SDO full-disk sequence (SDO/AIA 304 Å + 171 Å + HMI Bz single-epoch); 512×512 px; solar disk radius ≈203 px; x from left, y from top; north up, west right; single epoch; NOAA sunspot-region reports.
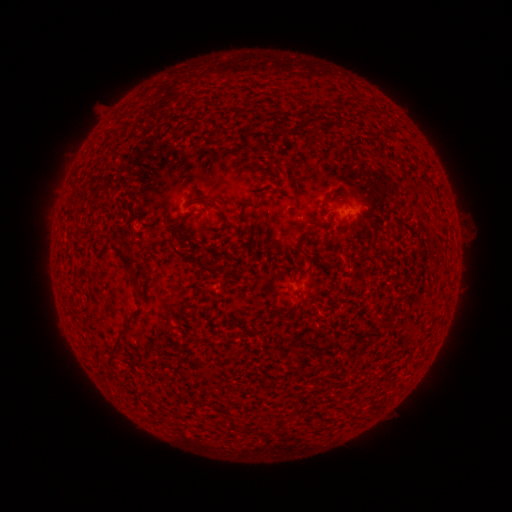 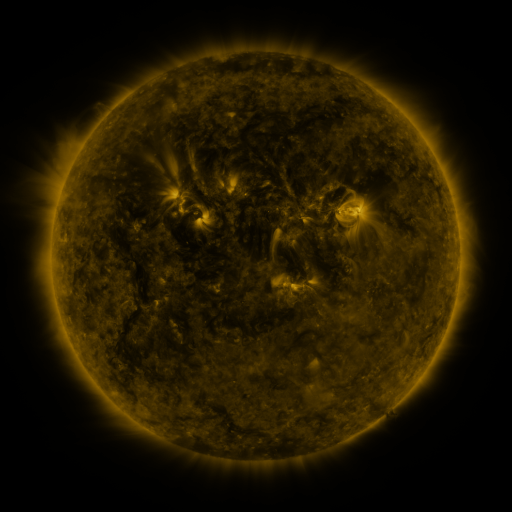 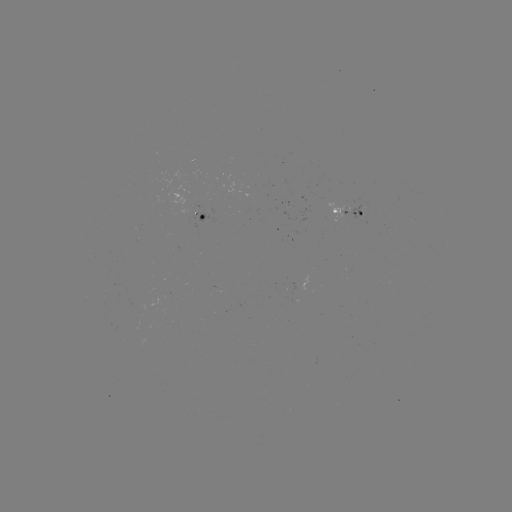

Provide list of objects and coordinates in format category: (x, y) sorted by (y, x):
spotted active region: (349, 217)
spotted active region: (204, 221)
